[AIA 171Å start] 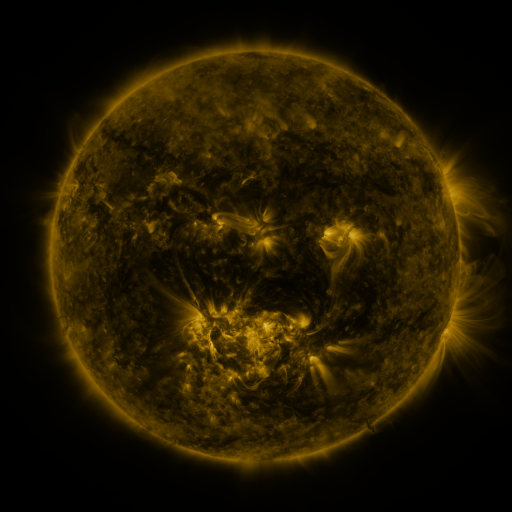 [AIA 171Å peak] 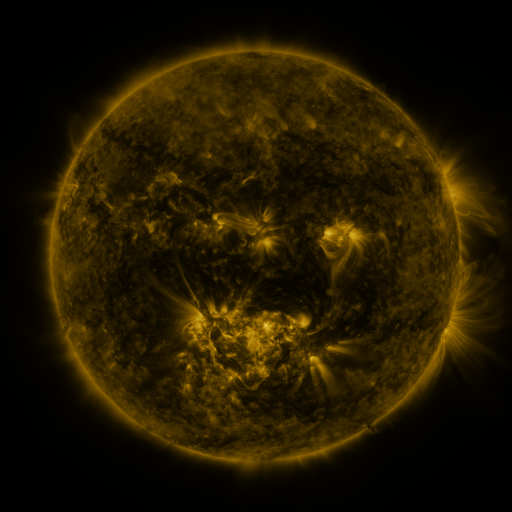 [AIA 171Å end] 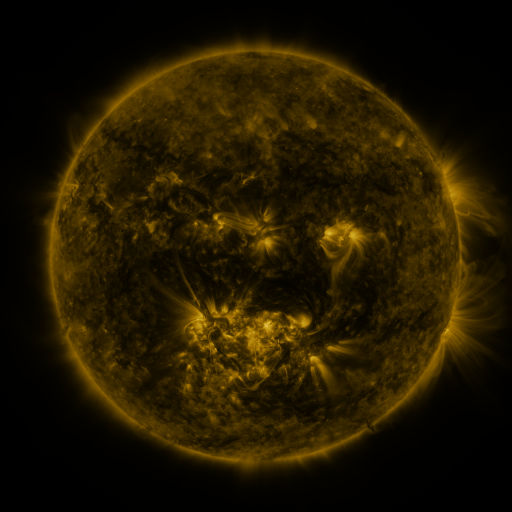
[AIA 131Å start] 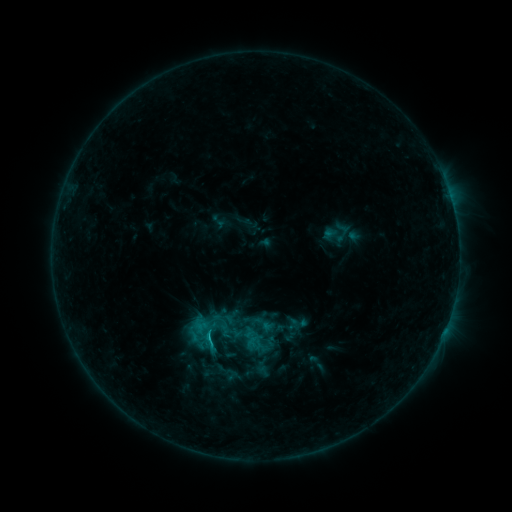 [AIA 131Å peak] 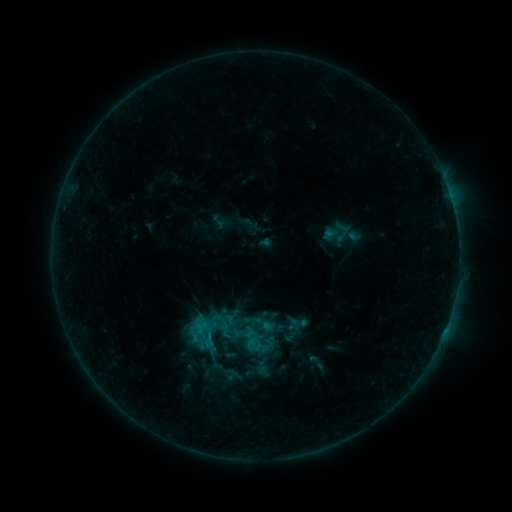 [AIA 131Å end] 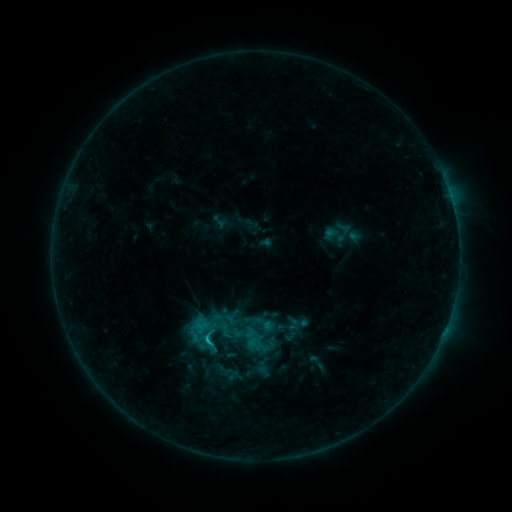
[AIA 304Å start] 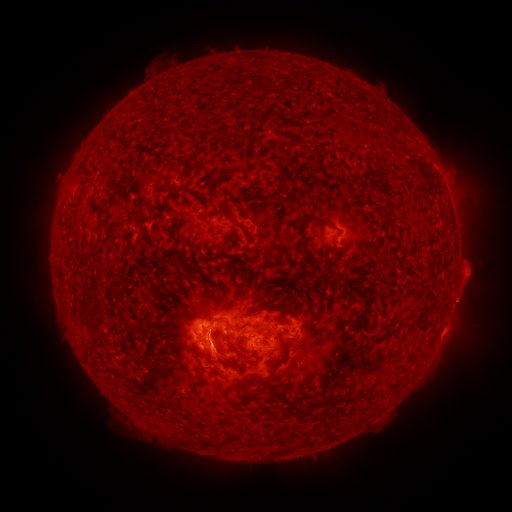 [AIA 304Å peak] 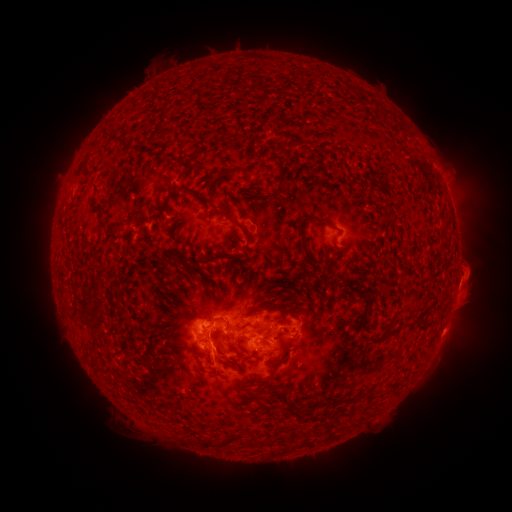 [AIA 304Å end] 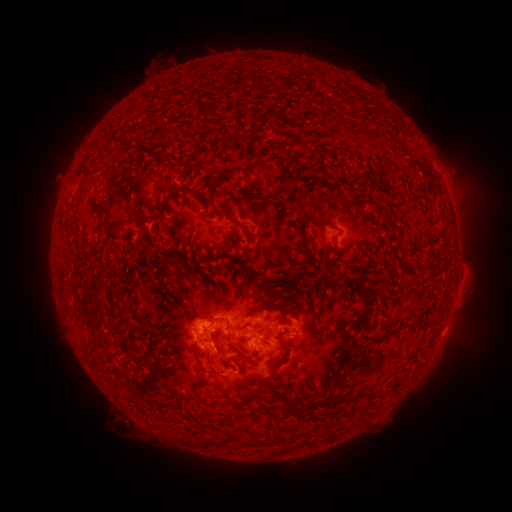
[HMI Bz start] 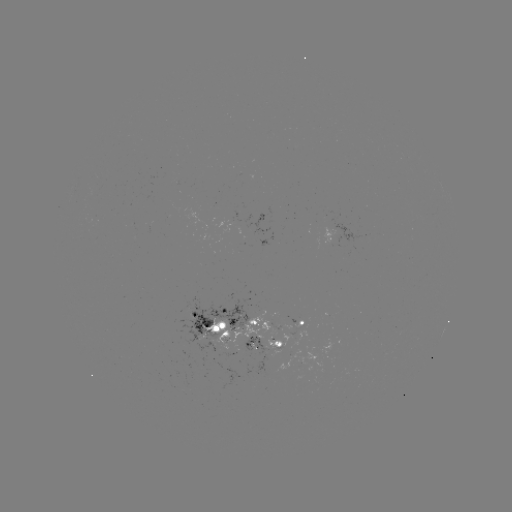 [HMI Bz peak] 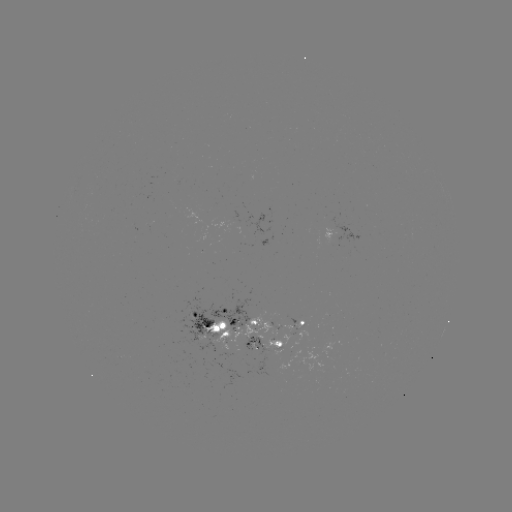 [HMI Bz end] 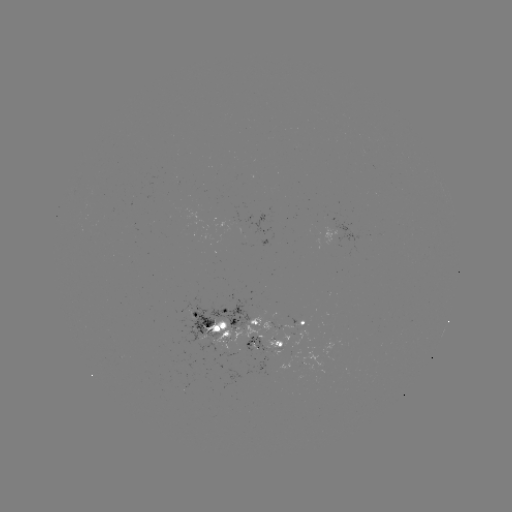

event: eruption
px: (470, 289)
